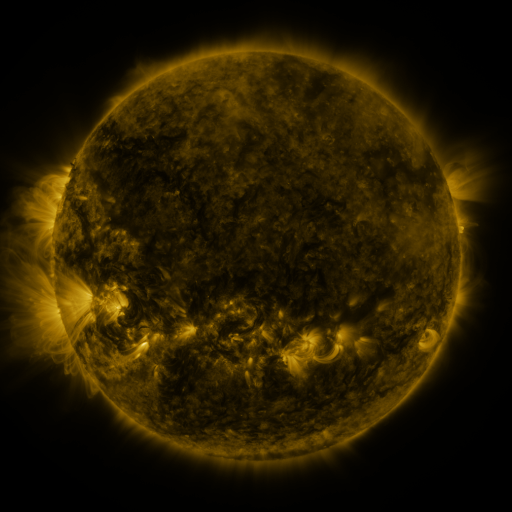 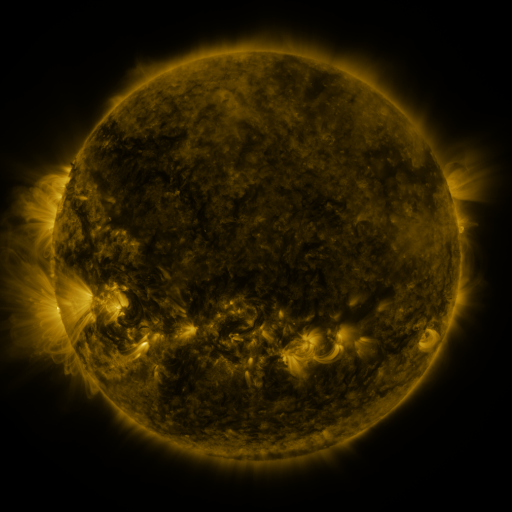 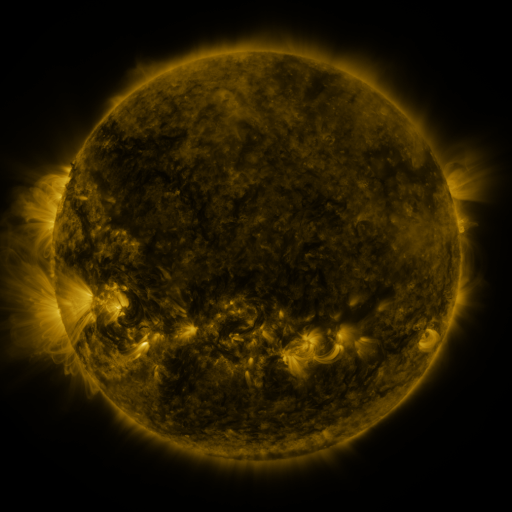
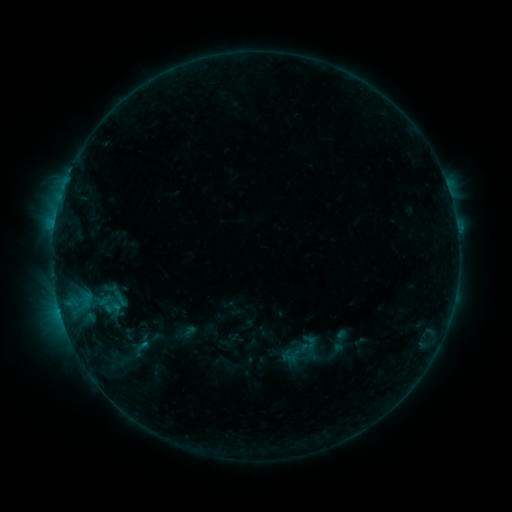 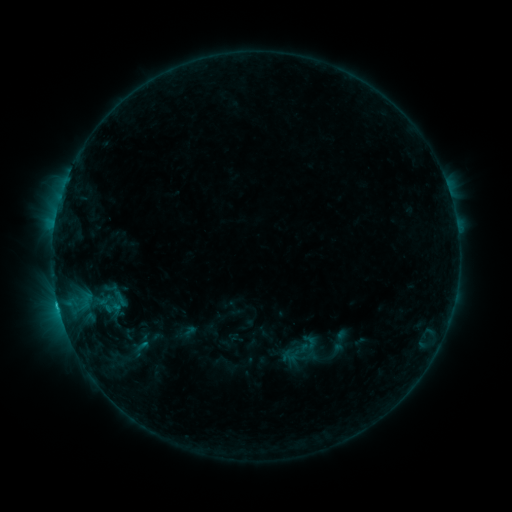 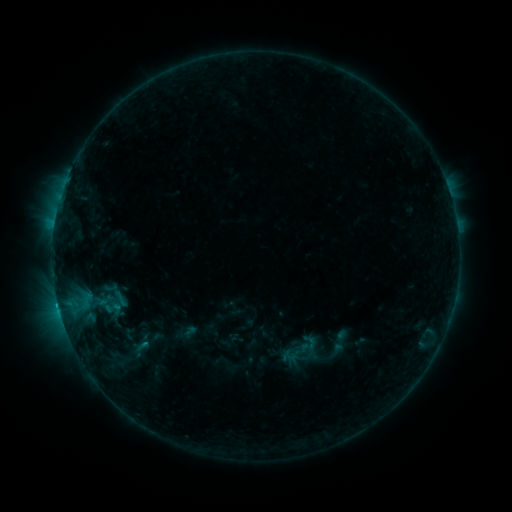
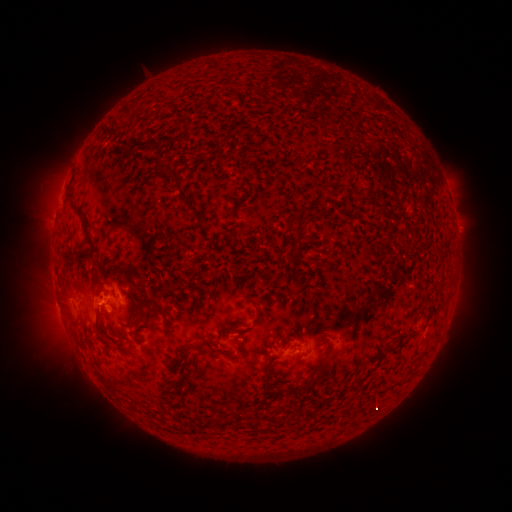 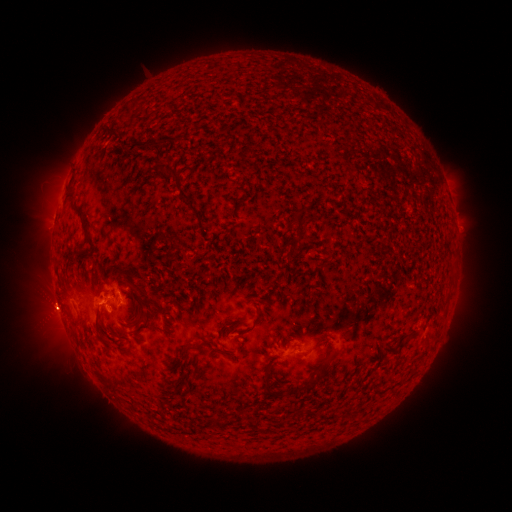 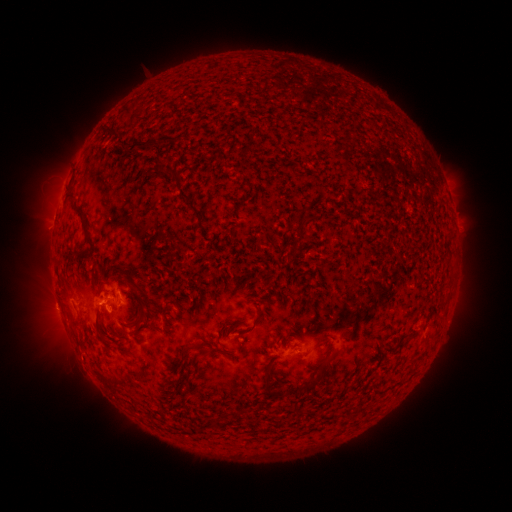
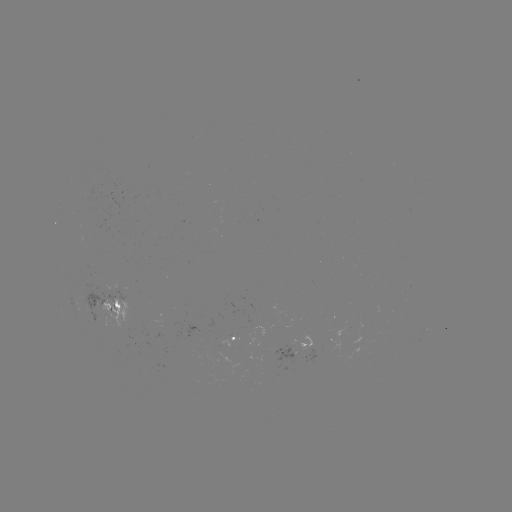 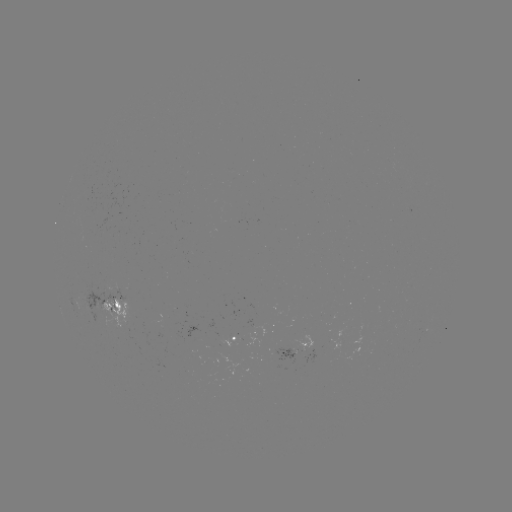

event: flare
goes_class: B9.4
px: (120, 292)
